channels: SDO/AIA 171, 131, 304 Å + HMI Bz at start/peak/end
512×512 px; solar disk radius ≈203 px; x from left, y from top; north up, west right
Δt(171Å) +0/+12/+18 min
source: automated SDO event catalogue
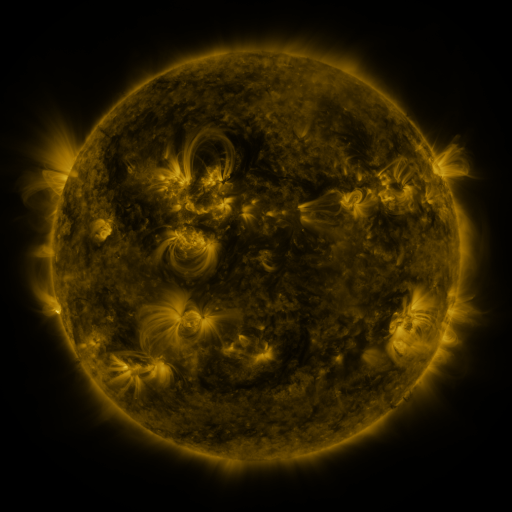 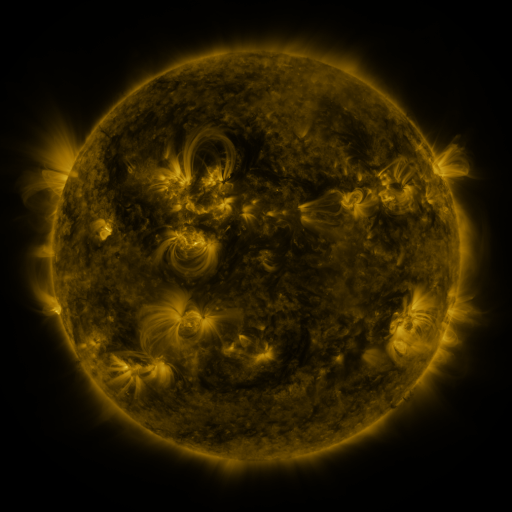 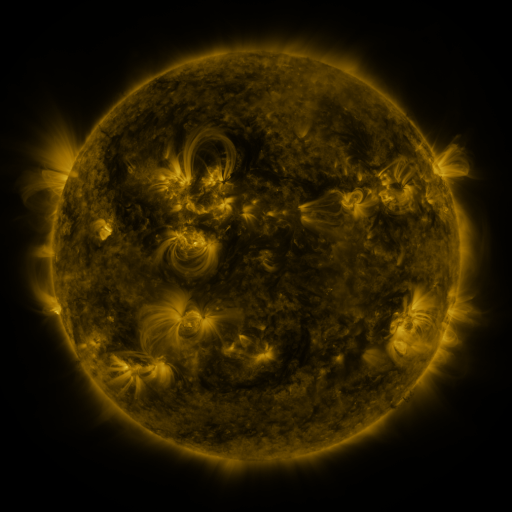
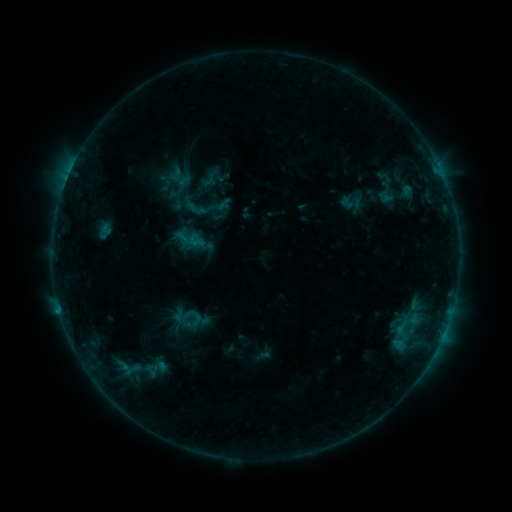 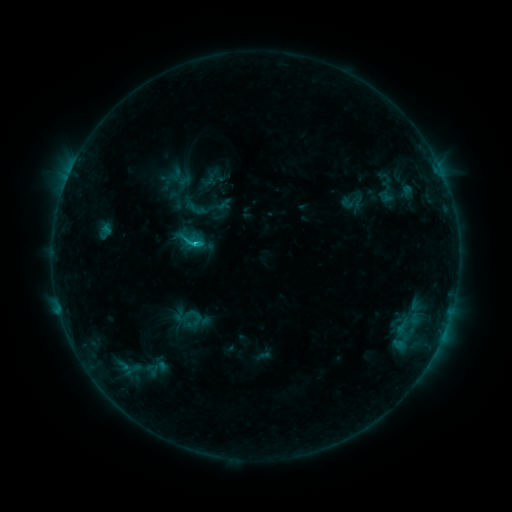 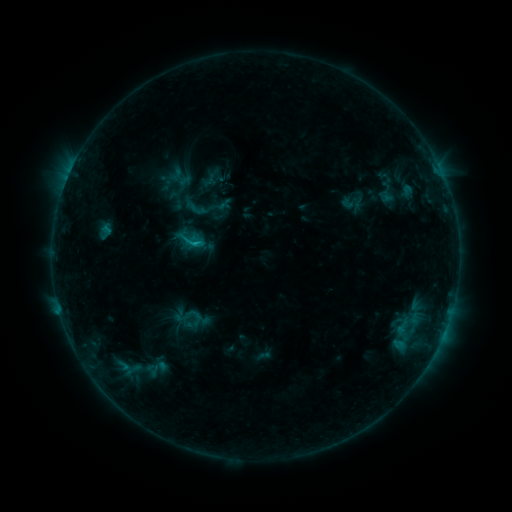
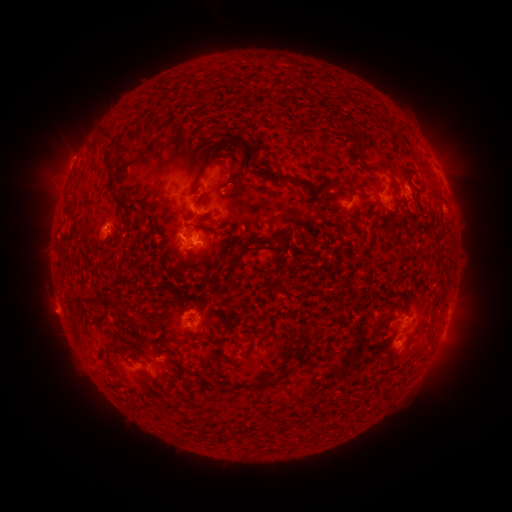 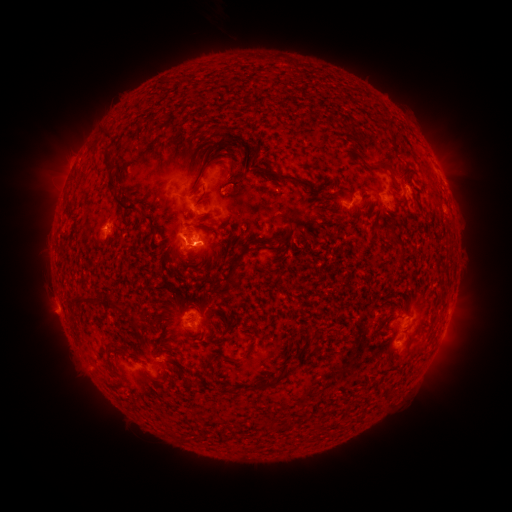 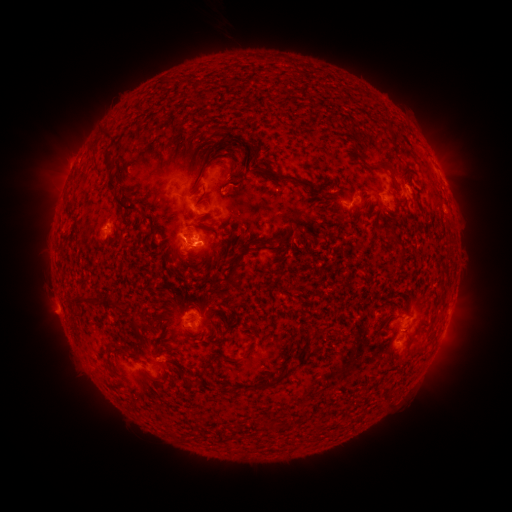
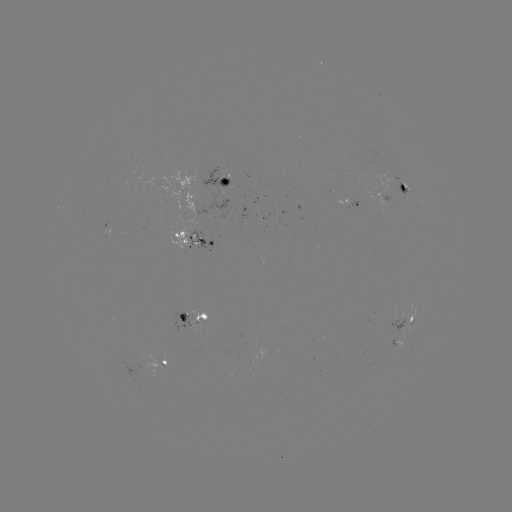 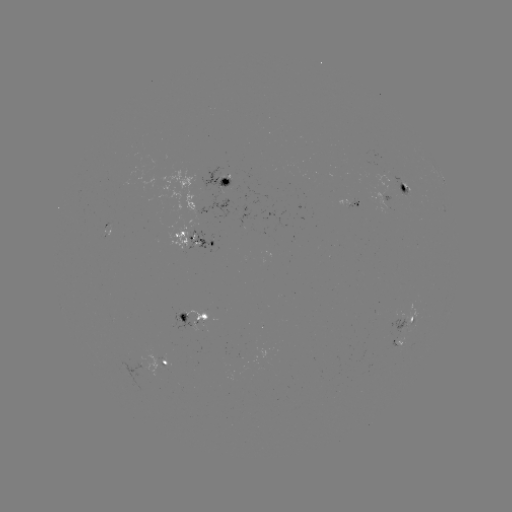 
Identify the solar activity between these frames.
C1.3 flare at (196, 247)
